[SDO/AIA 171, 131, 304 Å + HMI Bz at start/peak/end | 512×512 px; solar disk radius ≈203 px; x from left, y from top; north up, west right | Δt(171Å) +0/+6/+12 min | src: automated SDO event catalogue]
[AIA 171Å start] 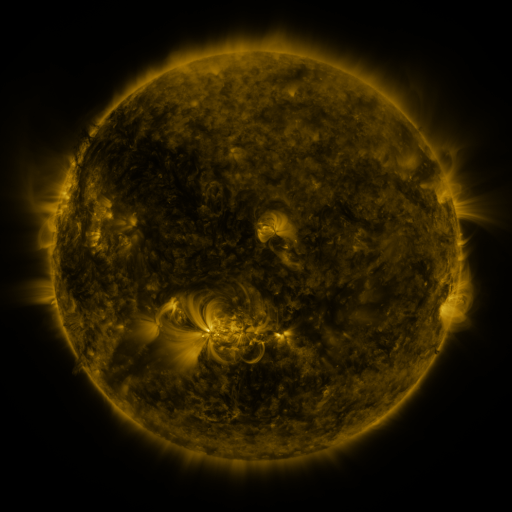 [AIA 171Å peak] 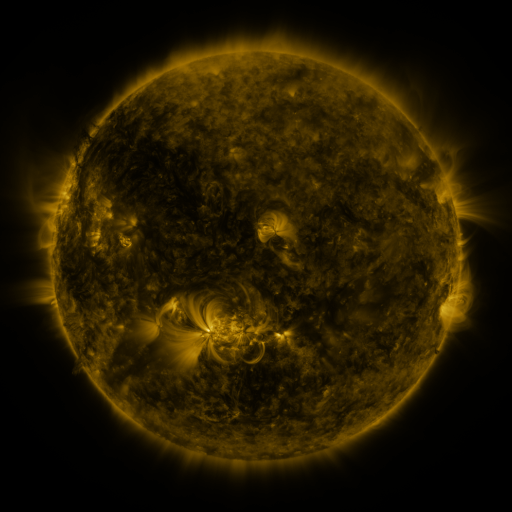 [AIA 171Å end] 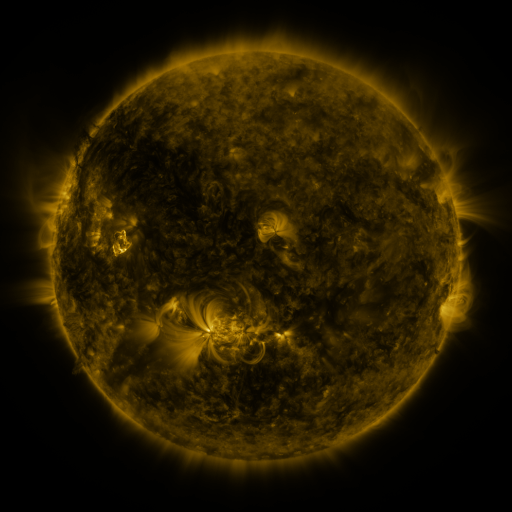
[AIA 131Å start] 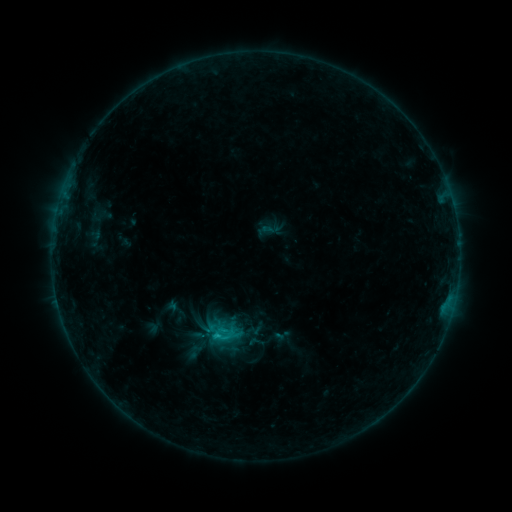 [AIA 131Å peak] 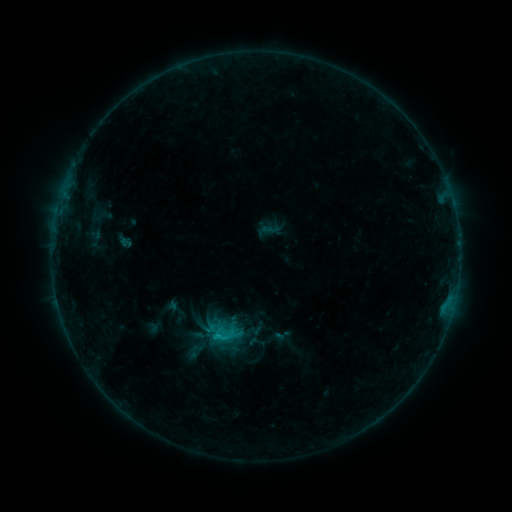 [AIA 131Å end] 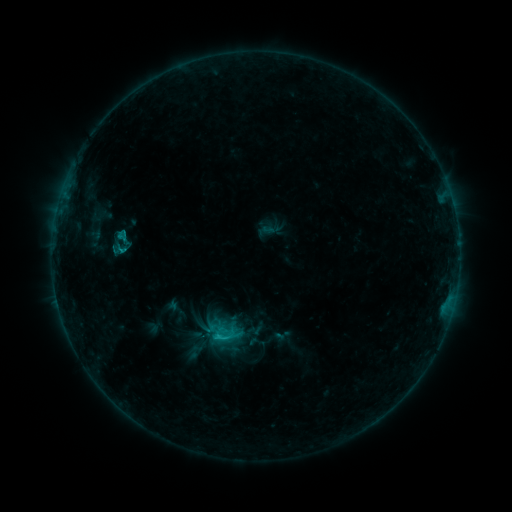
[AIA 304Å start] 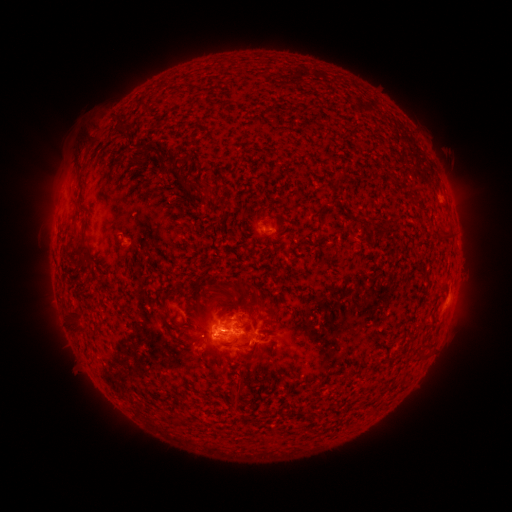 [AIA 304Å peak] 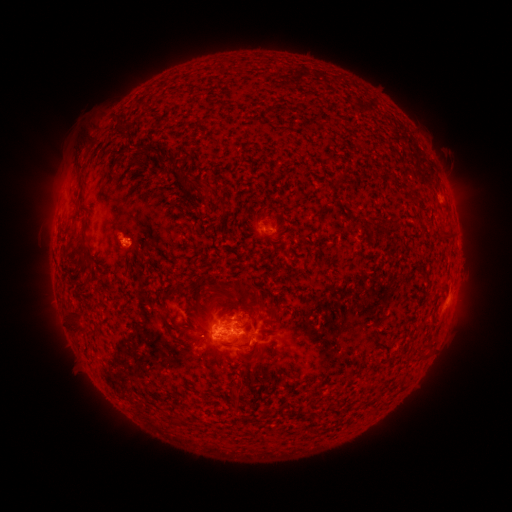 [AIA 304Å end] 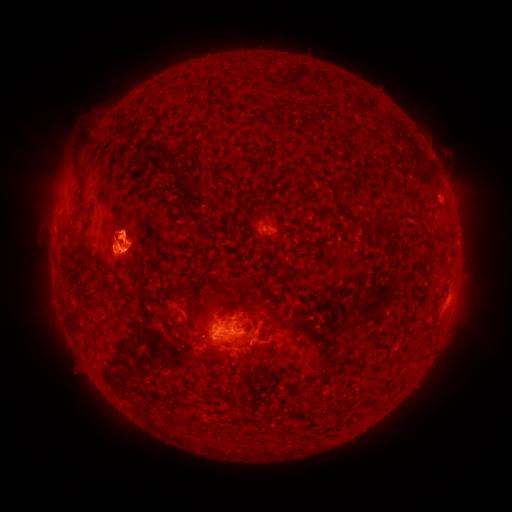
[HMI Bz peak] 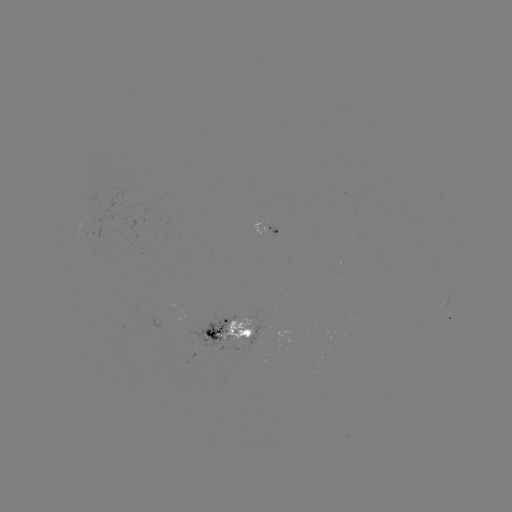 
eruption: [95, 291, 146, 318]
